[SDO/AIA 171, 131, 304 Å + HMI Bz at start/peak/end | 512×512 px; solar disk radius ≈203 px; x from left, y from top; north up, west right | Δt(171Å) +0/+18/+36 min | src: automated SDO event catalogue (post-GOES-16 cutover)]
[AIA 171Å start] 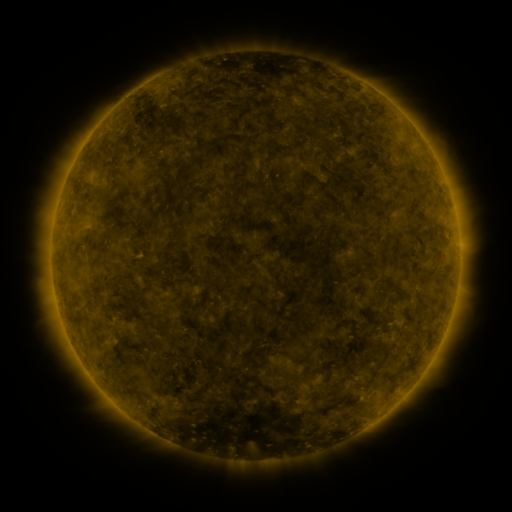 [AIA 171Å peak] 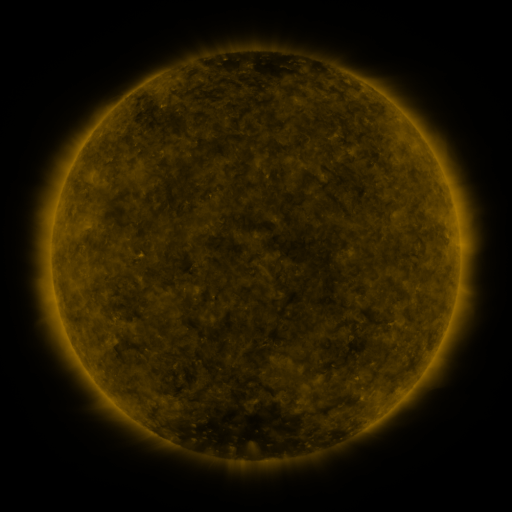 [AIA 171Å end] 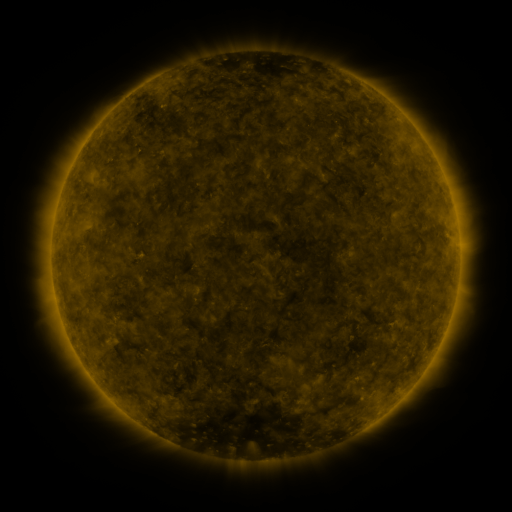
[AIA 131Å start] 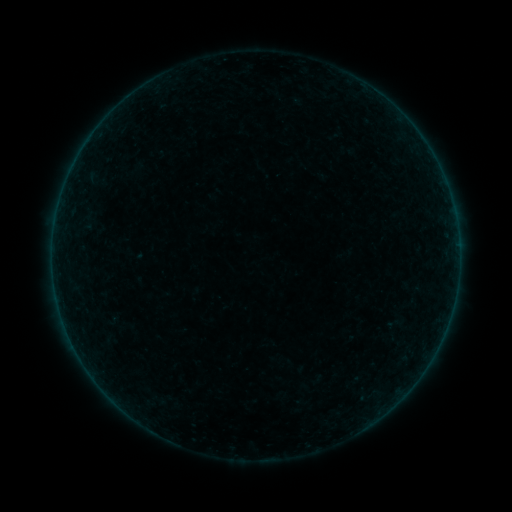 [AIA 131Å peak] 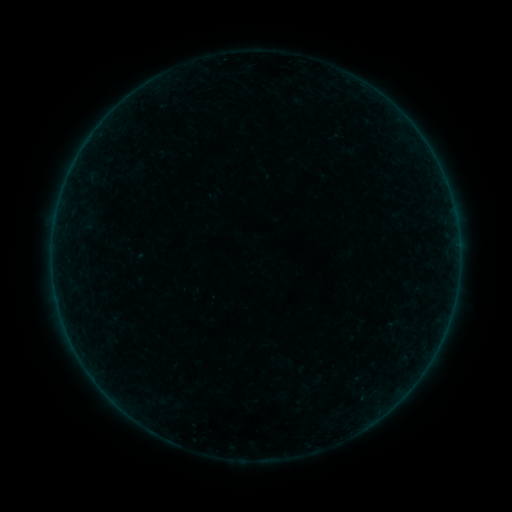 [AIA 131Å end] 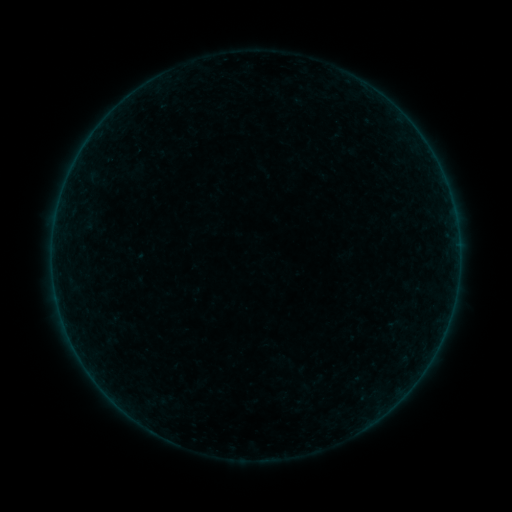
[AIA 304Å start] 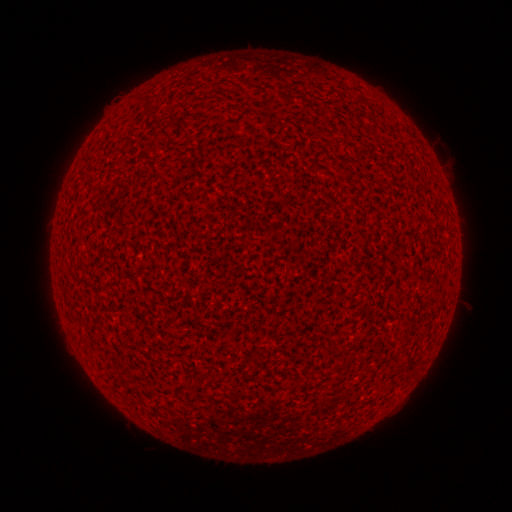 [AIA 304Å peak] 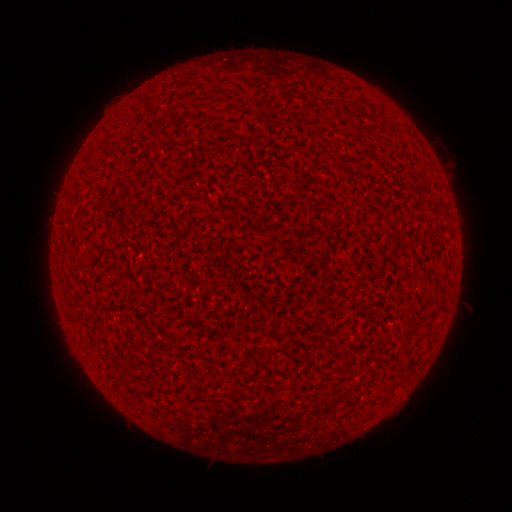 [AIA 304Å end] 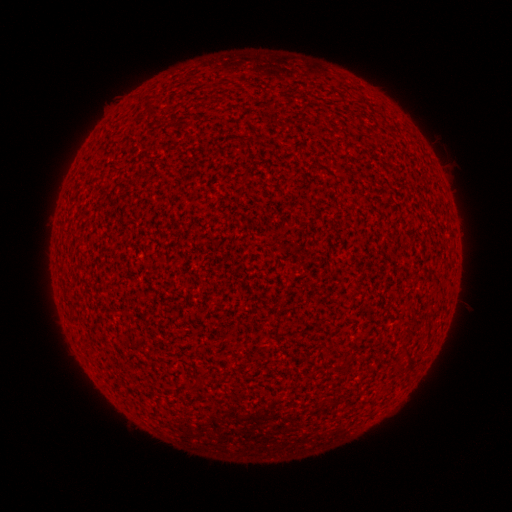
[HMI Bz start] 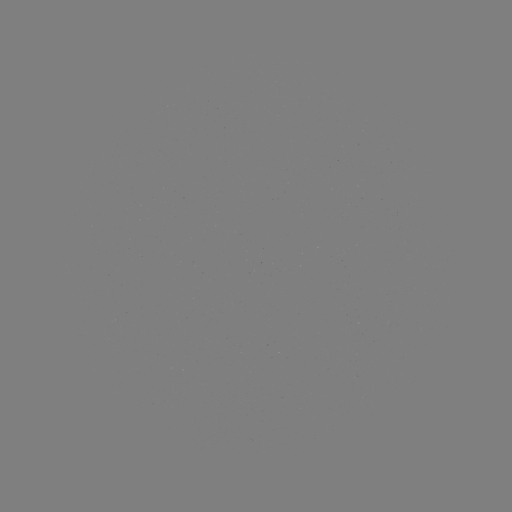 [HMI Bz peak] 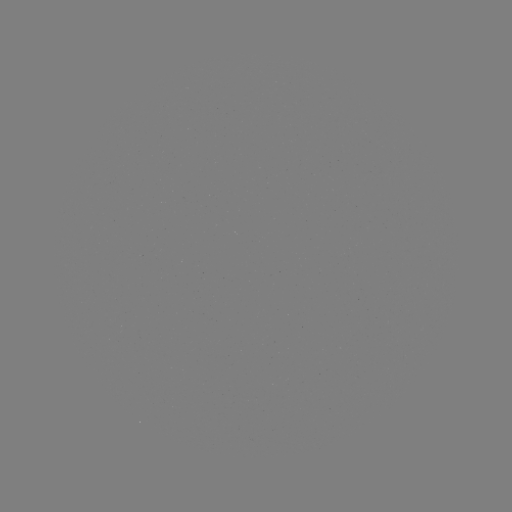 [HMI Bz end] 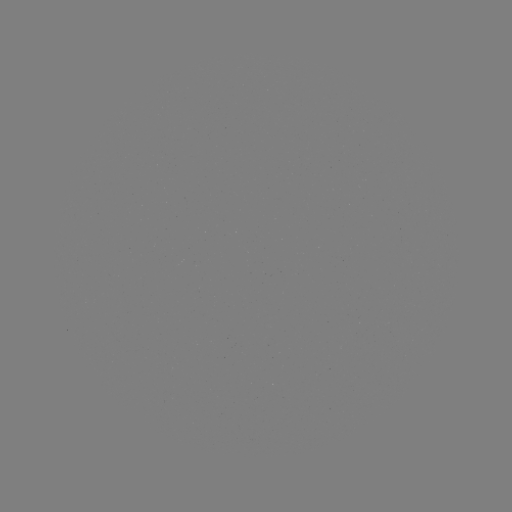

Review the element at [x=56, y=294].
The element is A7.1 flare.